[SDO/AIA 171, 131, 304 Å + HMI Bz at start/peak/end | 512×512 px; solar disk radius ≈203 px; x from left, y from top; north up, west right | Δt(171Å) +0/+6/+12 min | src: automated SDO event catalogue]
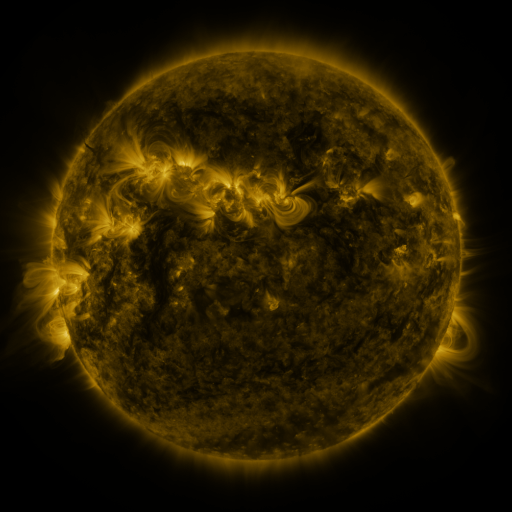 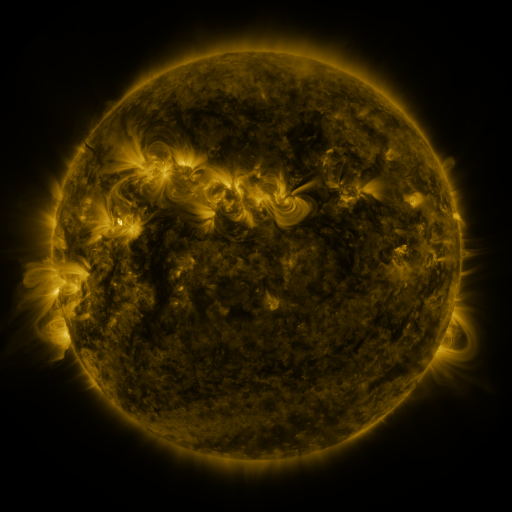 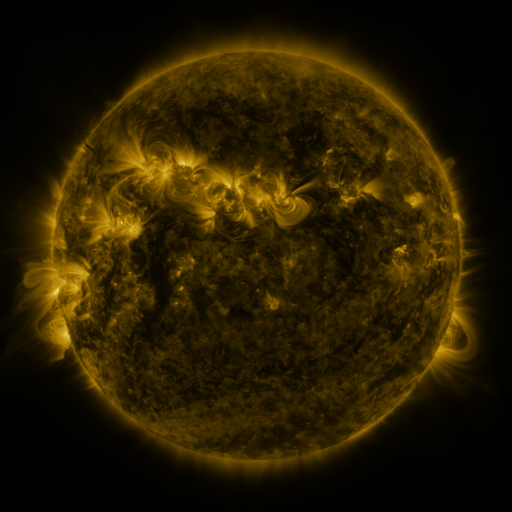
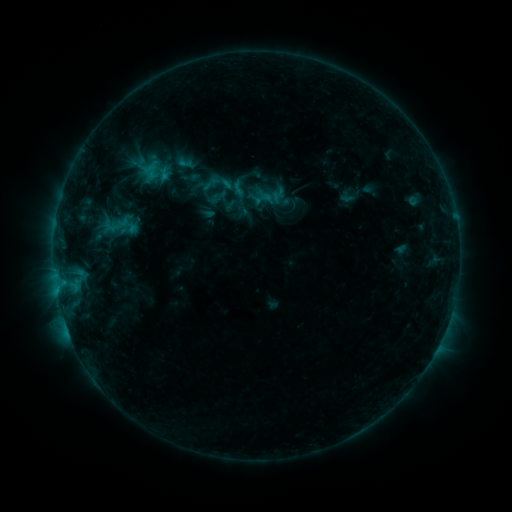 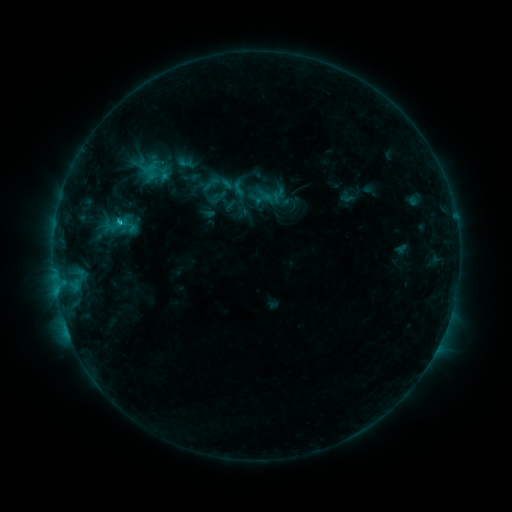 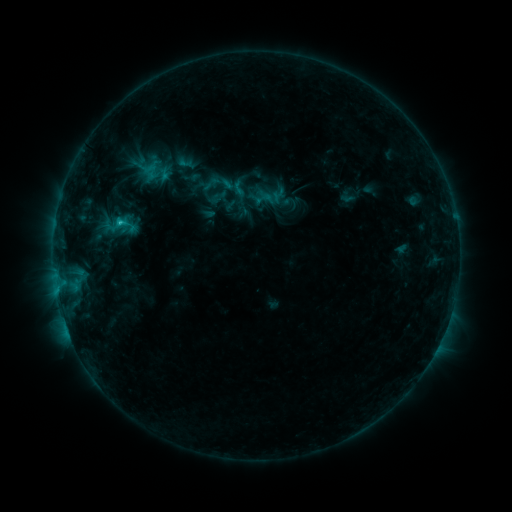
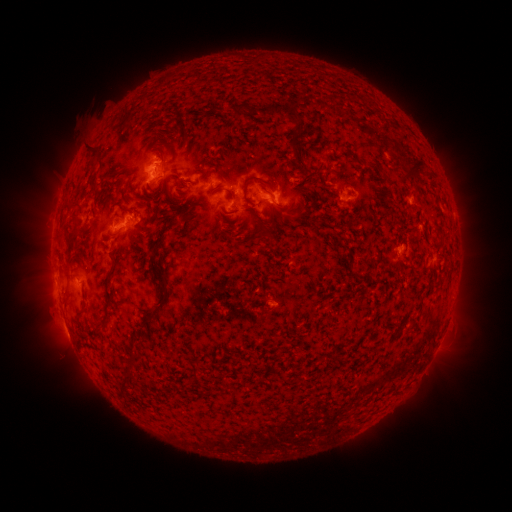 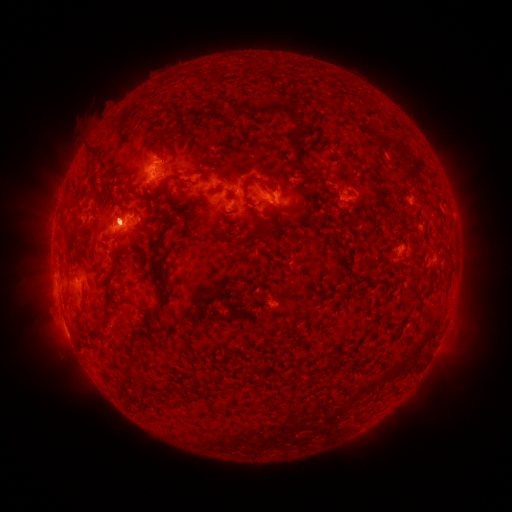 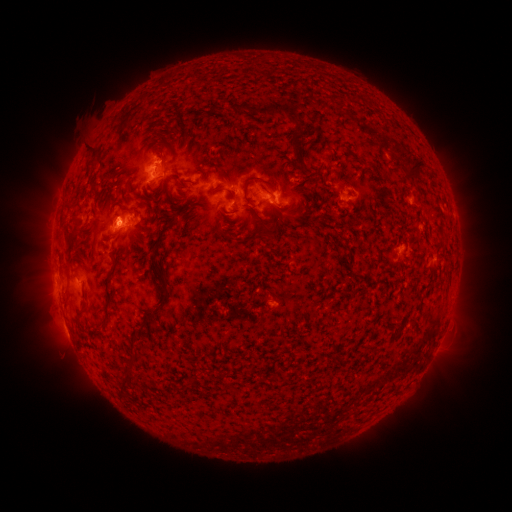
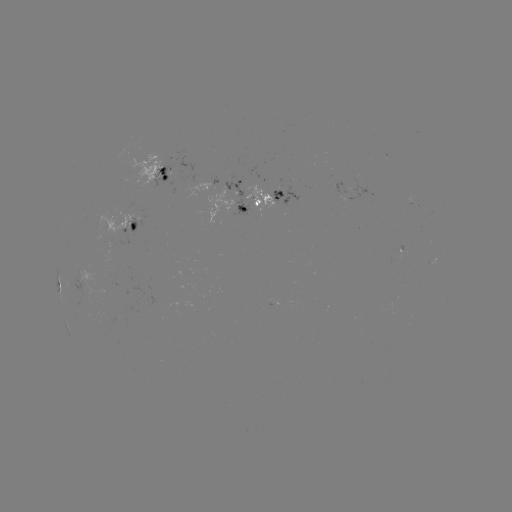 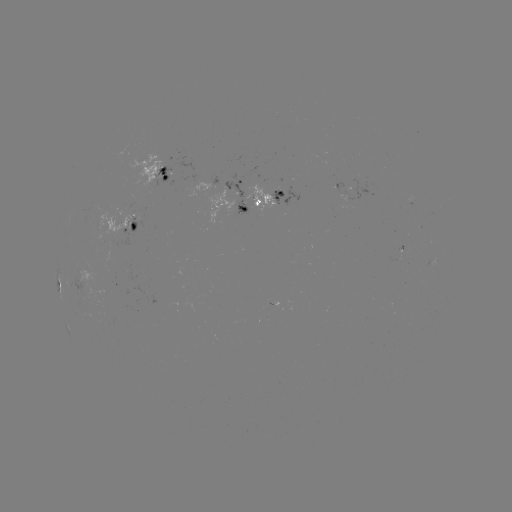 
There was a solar flare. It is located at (120, 223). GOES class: C1.1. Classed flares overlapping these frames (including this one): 1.